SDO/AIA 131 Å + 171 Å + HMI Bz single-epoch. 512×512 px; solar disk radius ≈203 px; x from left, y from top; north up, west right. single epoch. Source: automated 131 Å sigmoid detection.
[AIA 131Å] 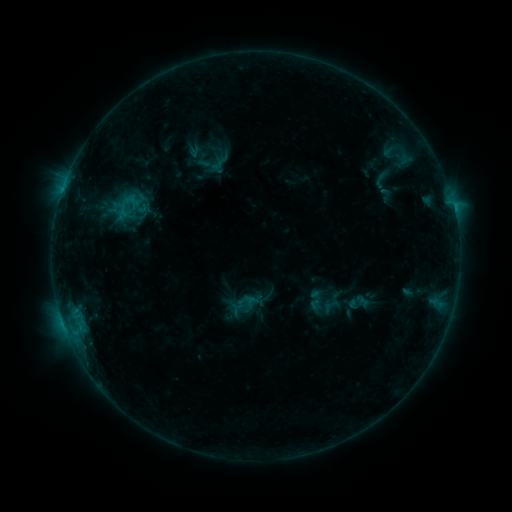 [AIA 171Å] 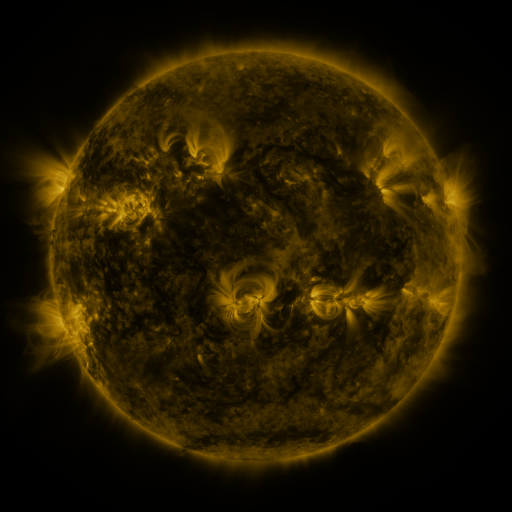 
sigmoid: <bbox>321, 295, 340, 316</bbox>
